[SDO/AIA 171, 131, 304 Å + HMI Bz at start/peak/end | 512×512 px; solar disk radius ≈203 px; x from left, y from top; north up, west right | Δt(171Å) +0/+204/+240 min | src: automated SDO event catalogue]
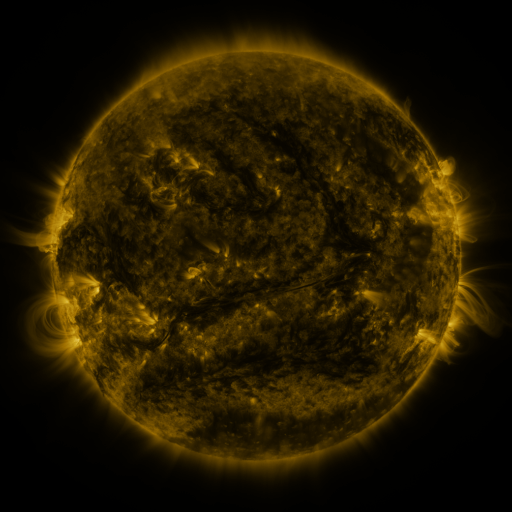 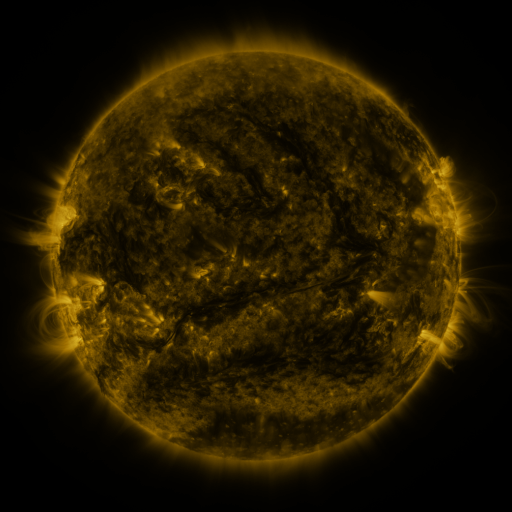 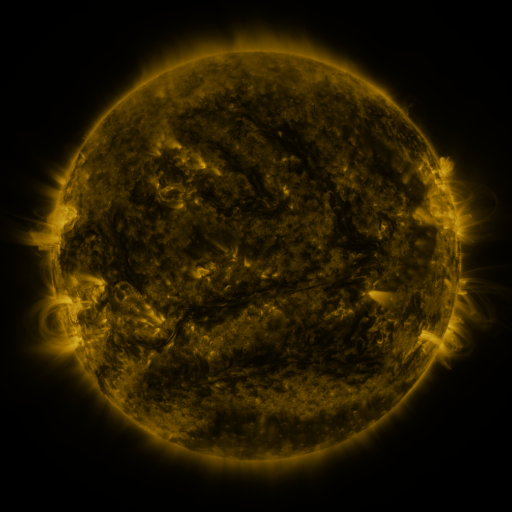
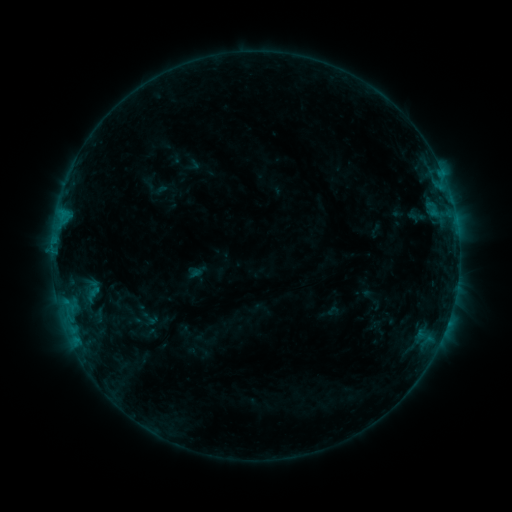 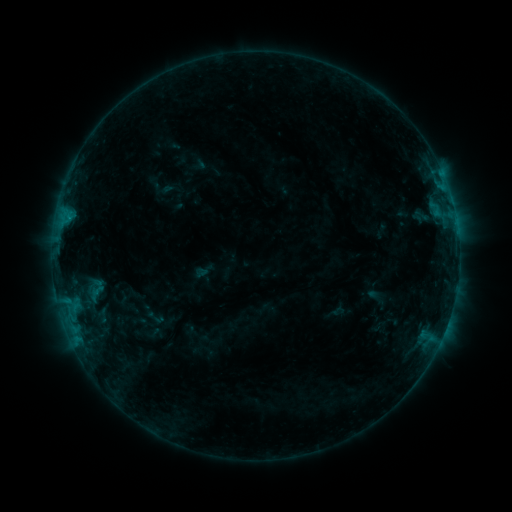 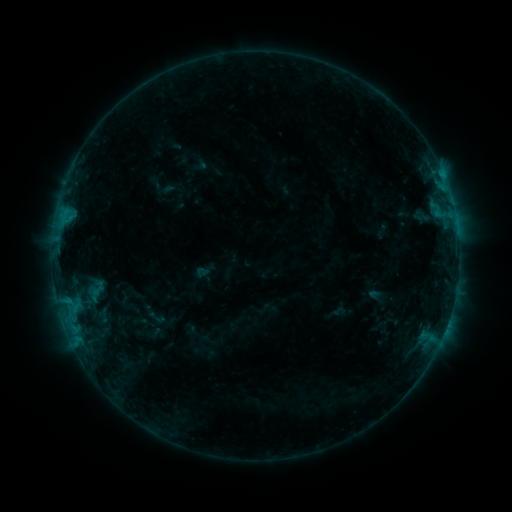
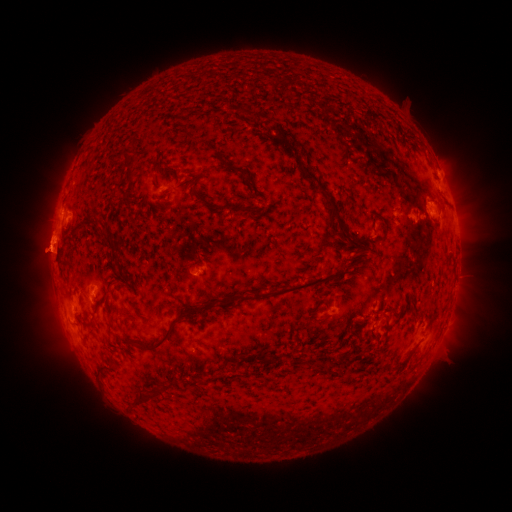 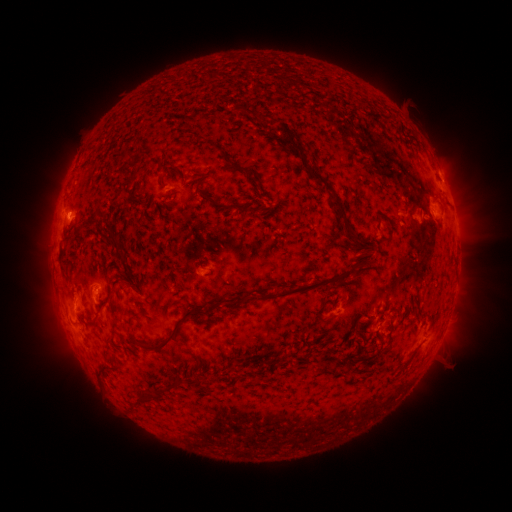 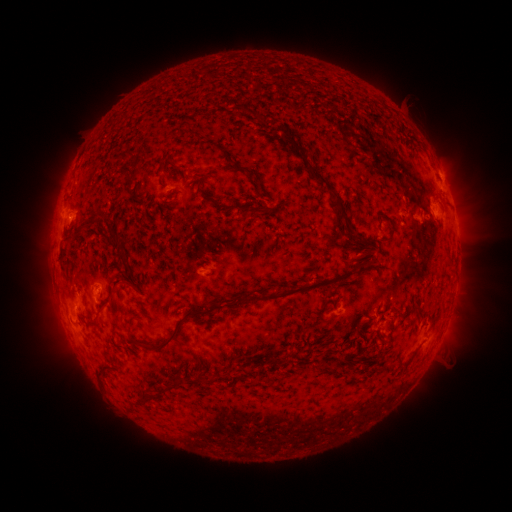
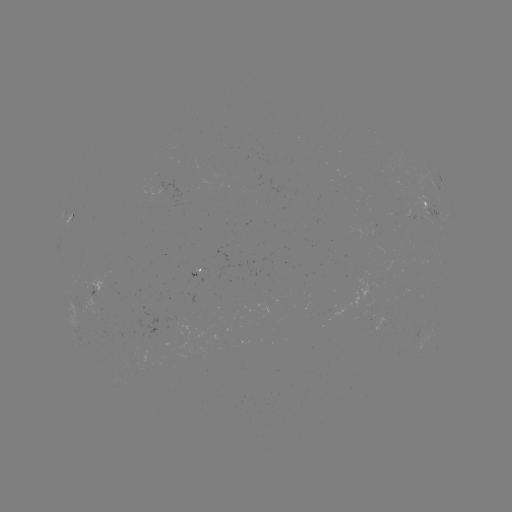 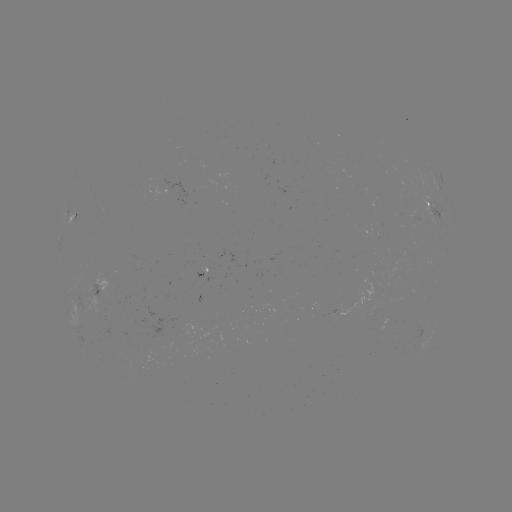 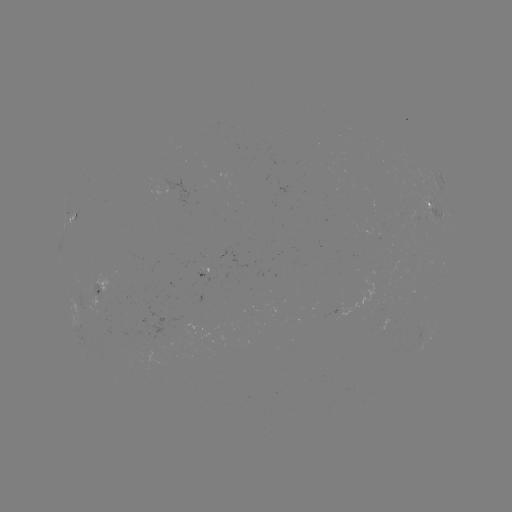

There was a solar emerging-flux region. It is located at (210, 273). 